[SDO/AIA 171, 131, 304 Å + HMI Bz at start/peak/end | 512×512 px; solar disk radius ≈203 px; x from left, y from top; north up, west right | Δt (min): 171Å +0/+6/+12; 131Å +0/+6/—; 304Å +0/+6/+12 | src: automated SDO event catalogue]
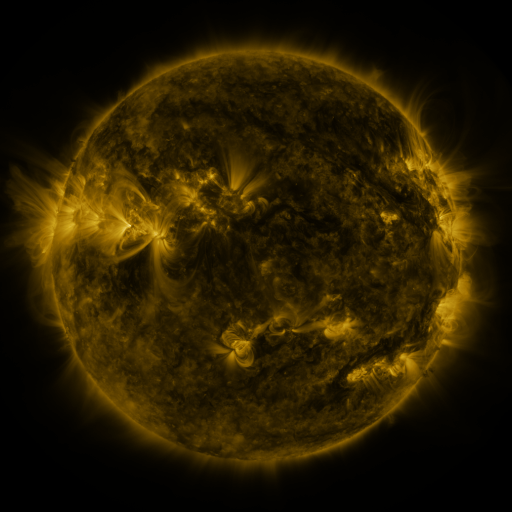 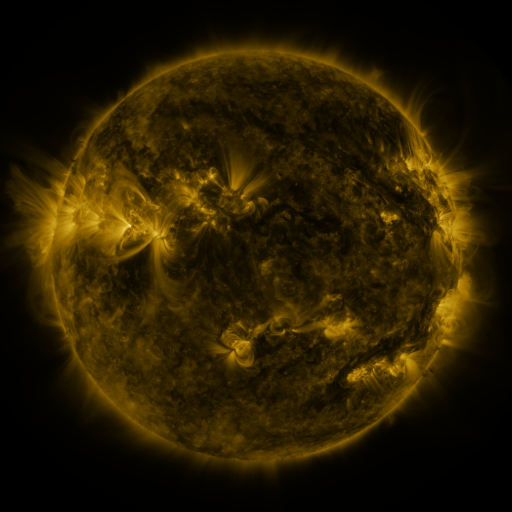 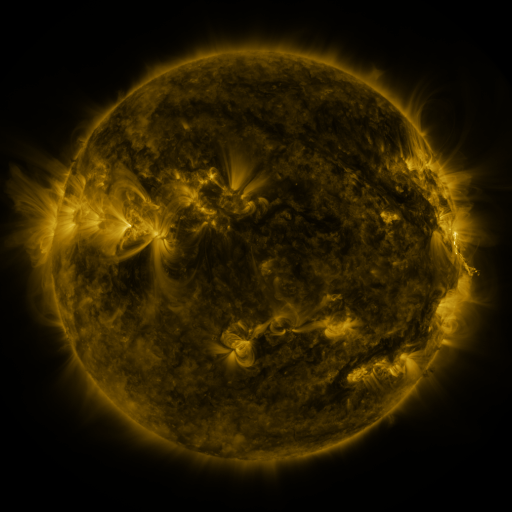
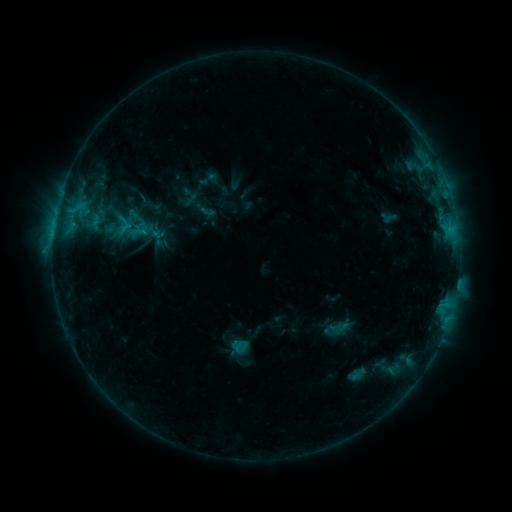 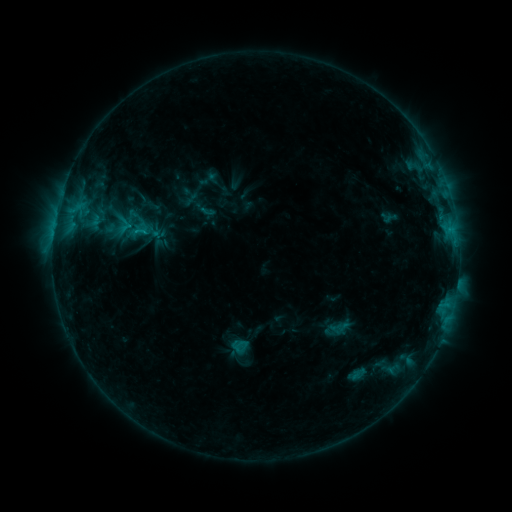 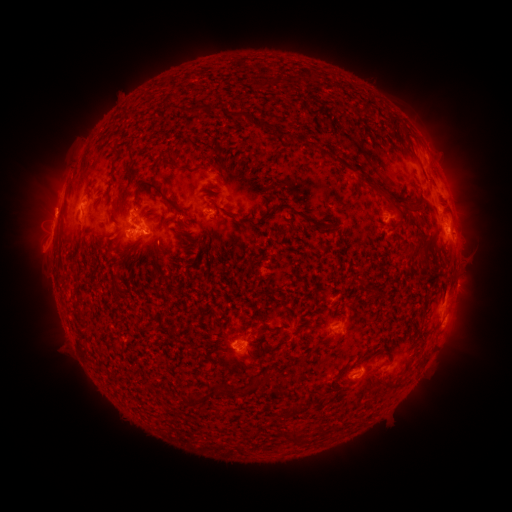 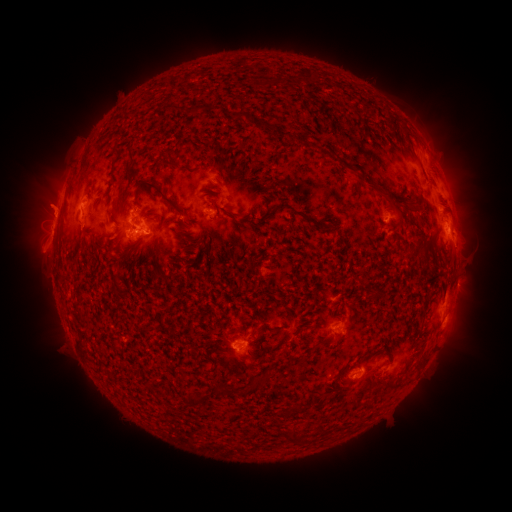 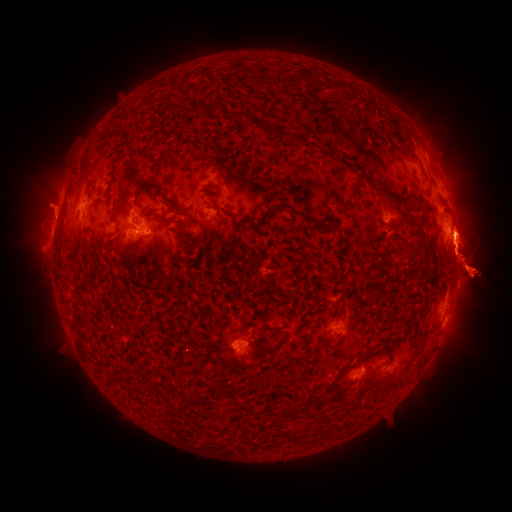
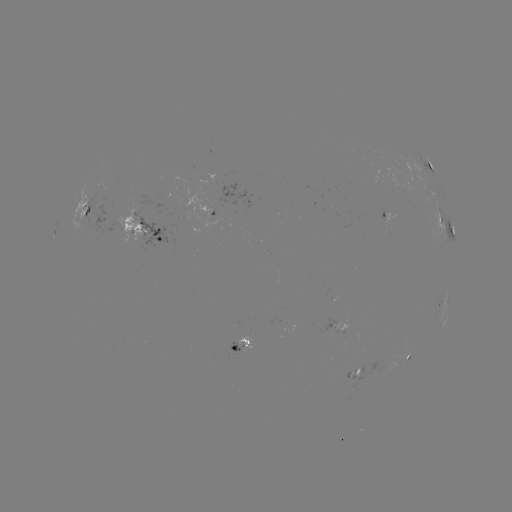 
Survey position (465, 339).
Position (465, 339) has eruption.